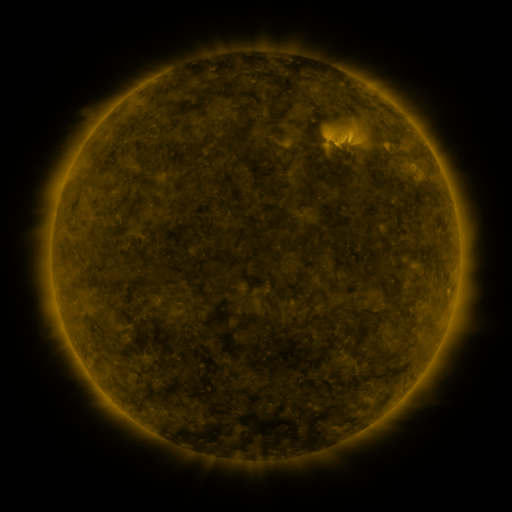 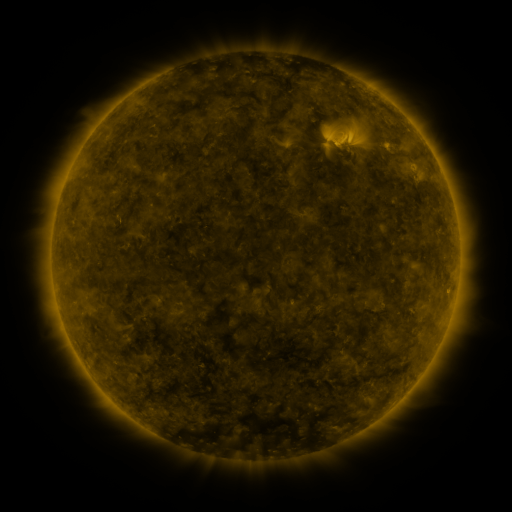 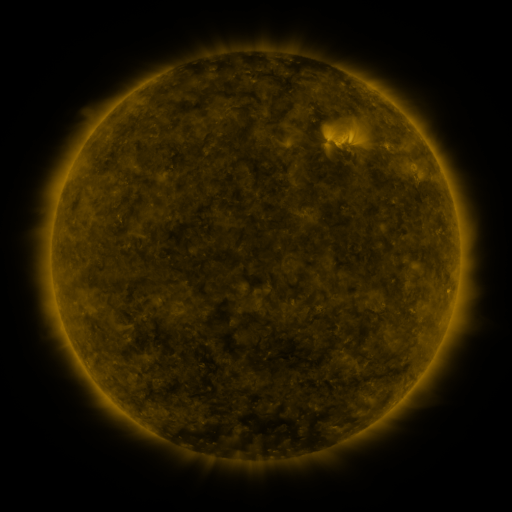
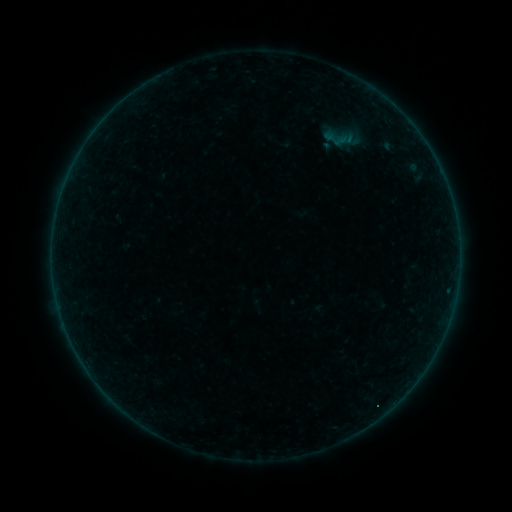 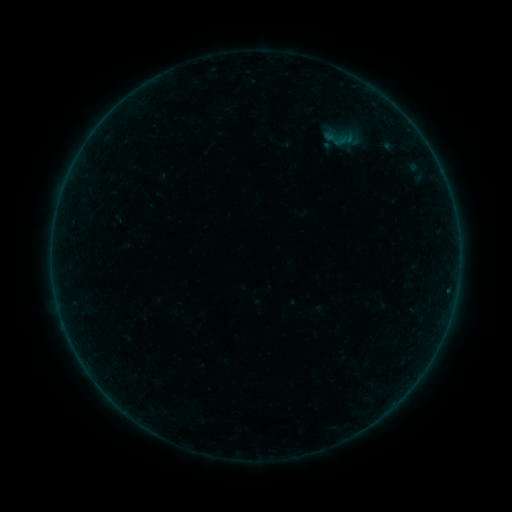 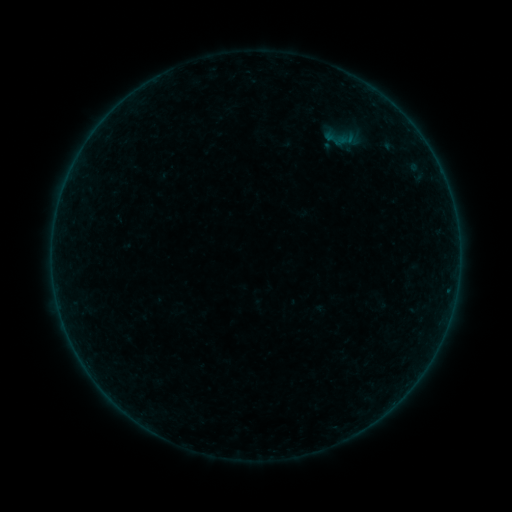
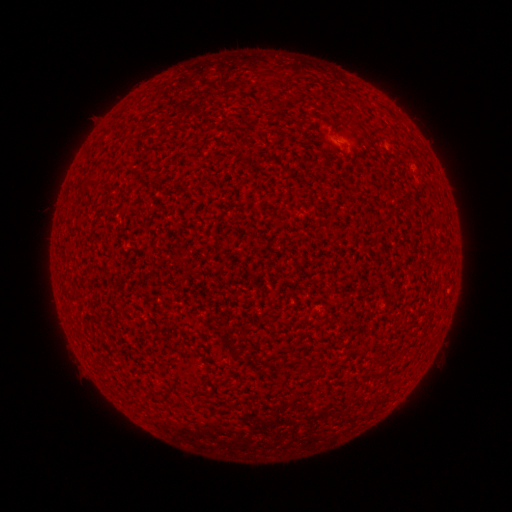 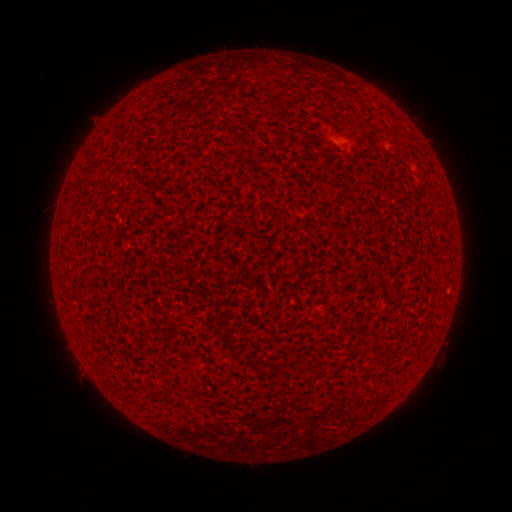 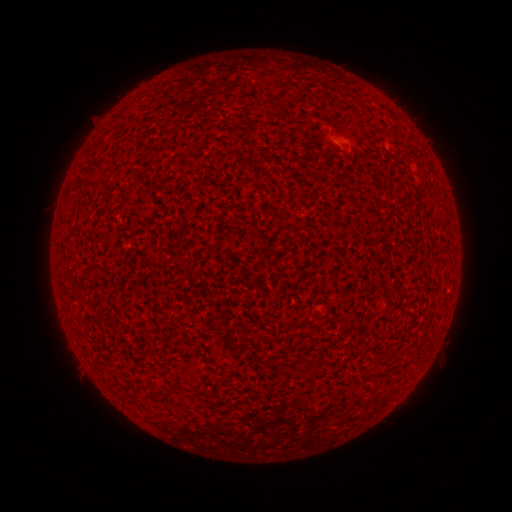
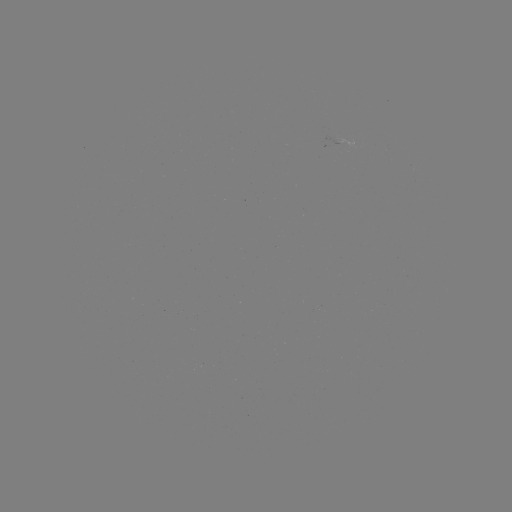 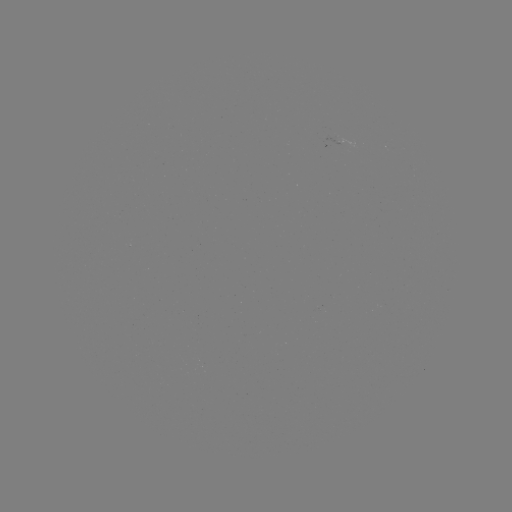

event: flare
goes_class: A1.6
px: (446, 288)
